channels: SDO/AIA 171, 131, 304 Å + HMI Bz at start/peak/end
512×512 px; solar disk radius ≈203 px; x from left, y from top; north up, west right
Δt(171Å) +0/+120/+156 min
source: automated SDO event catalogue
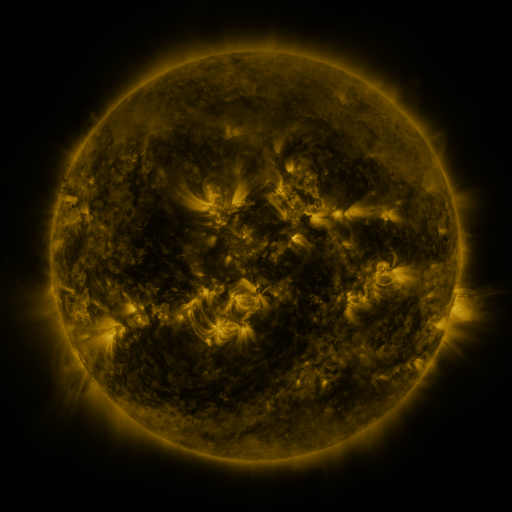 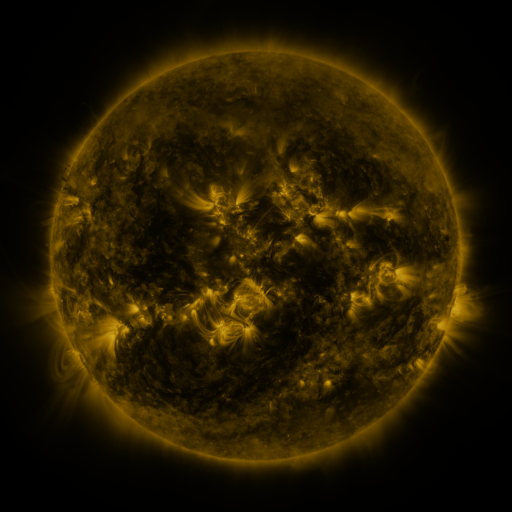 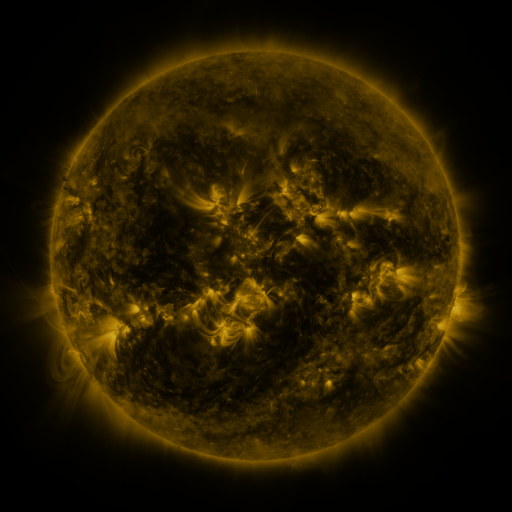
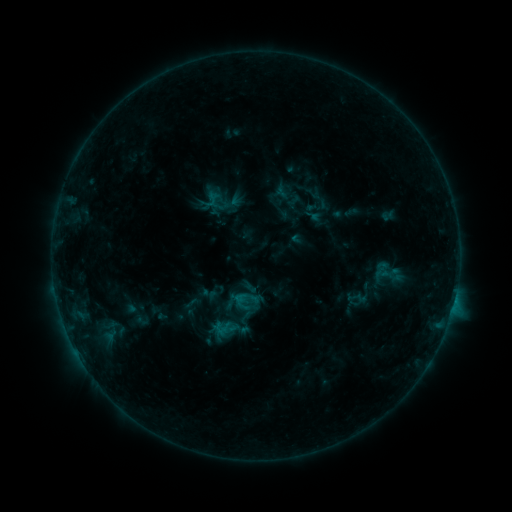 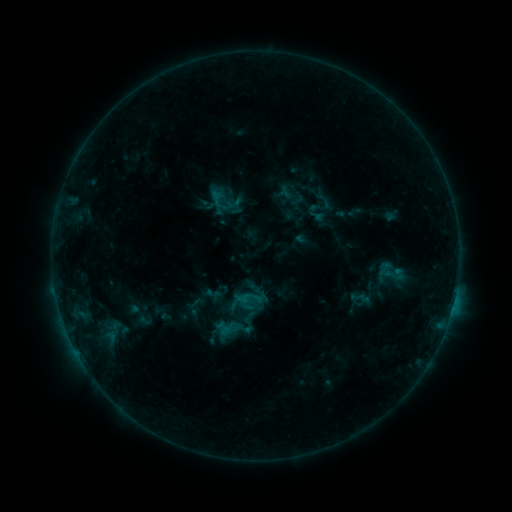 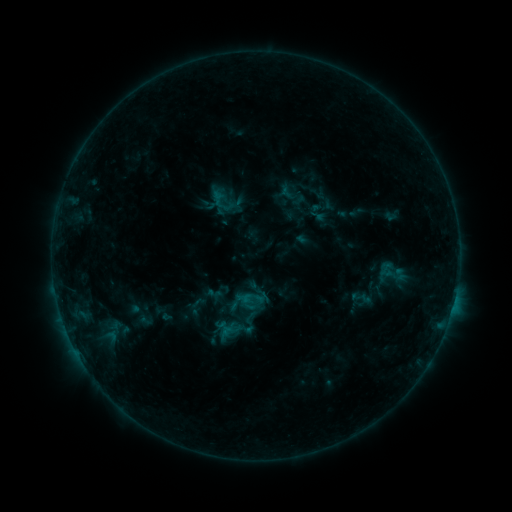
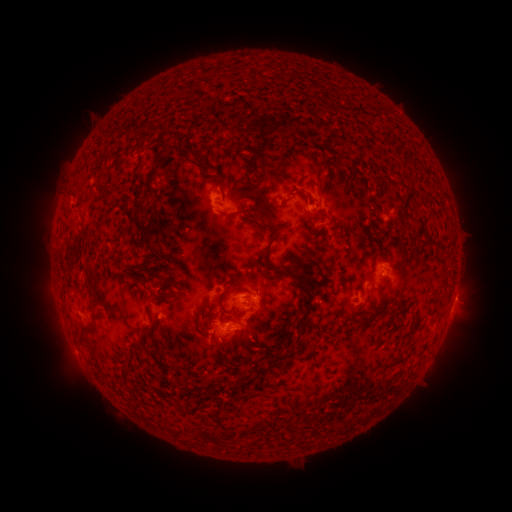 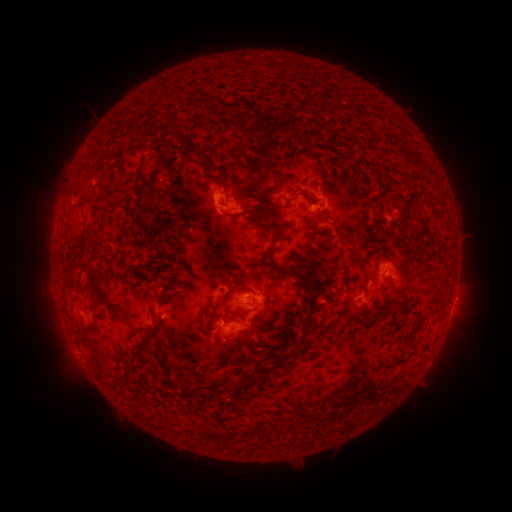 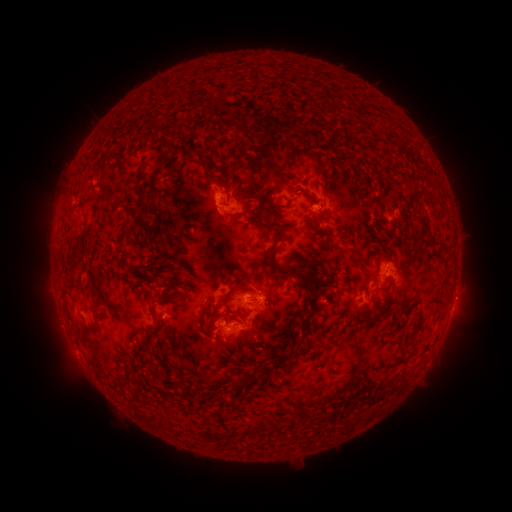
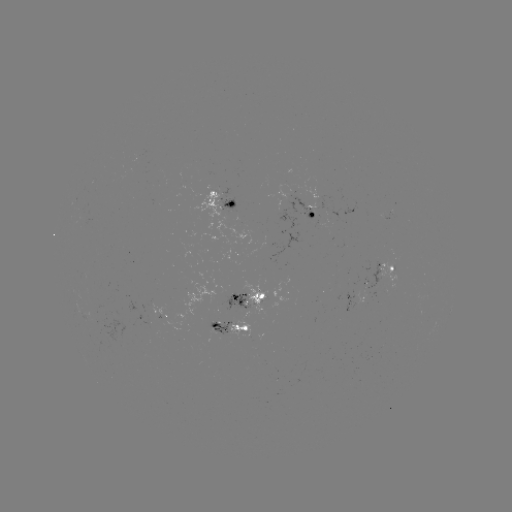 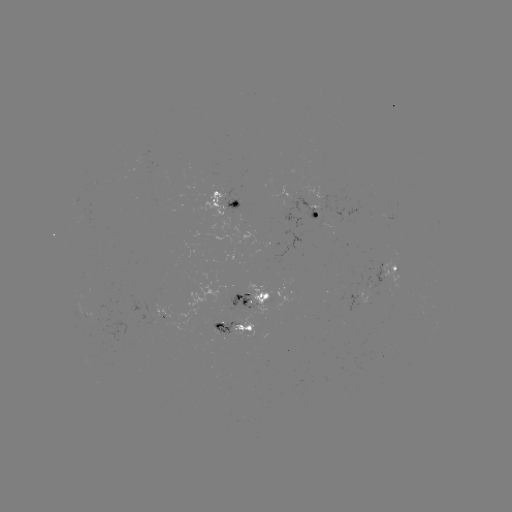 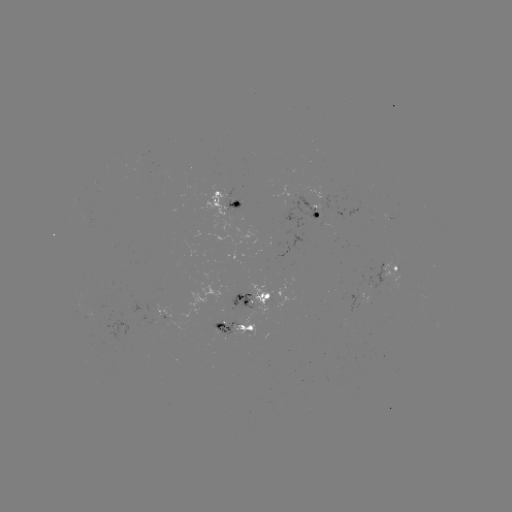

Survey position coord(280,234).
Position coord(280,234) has emerging-flux region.